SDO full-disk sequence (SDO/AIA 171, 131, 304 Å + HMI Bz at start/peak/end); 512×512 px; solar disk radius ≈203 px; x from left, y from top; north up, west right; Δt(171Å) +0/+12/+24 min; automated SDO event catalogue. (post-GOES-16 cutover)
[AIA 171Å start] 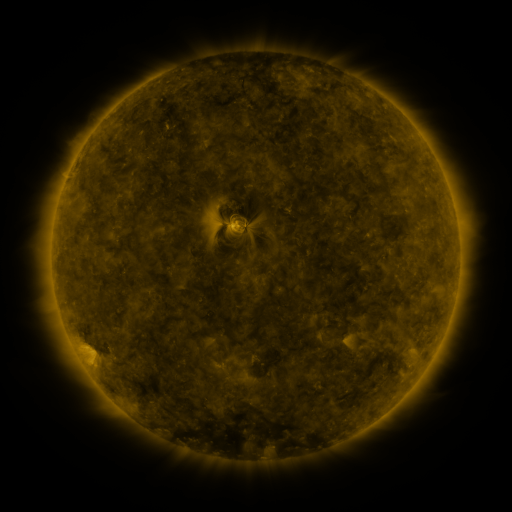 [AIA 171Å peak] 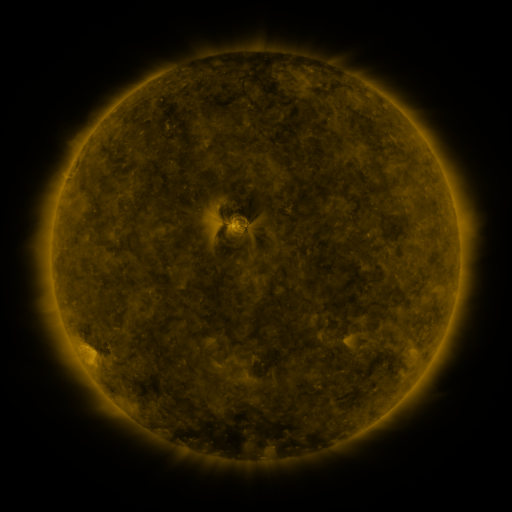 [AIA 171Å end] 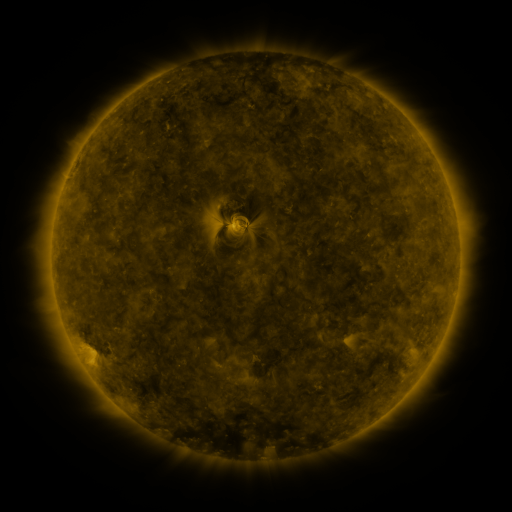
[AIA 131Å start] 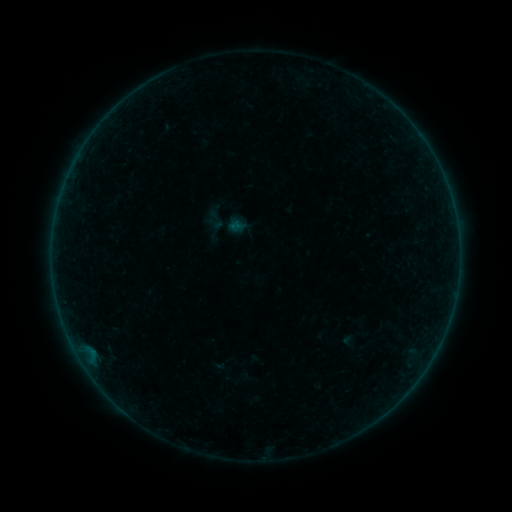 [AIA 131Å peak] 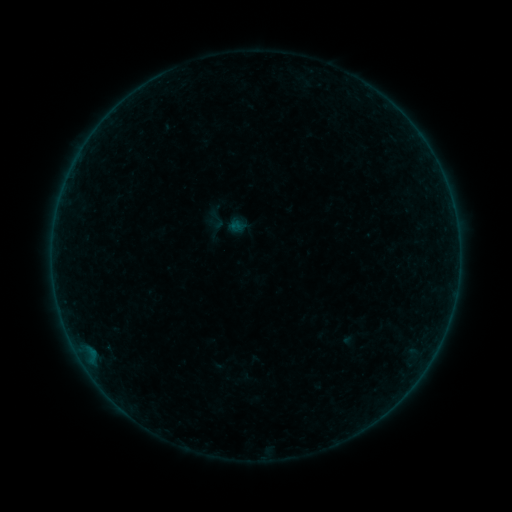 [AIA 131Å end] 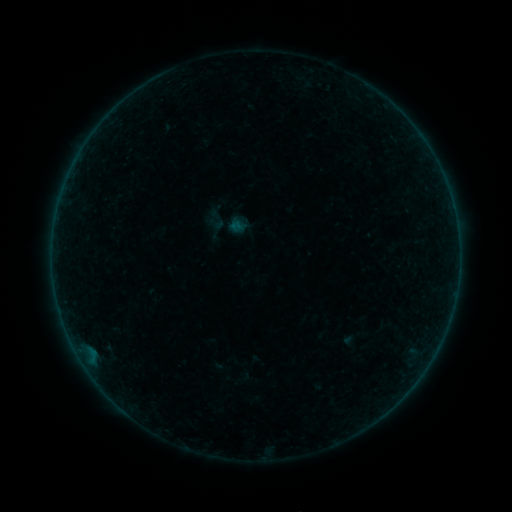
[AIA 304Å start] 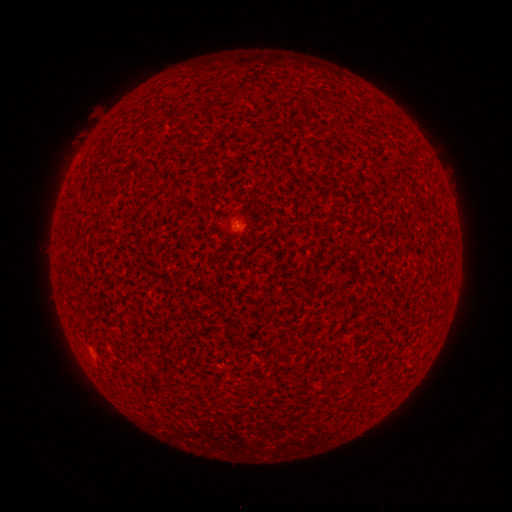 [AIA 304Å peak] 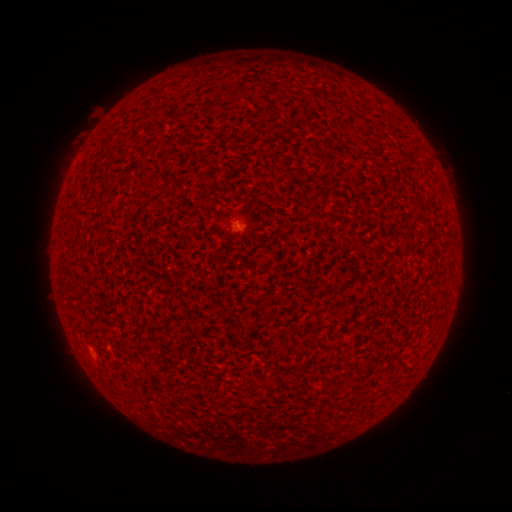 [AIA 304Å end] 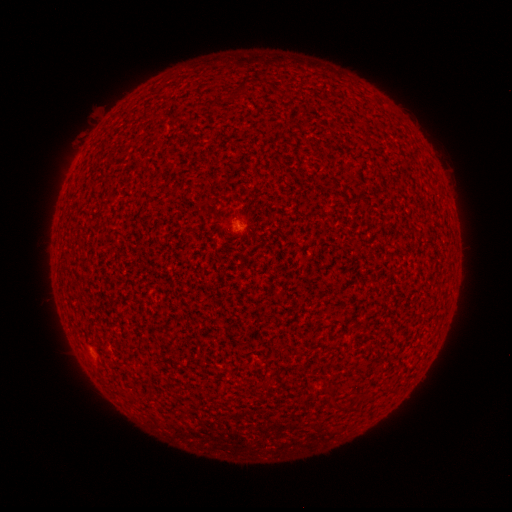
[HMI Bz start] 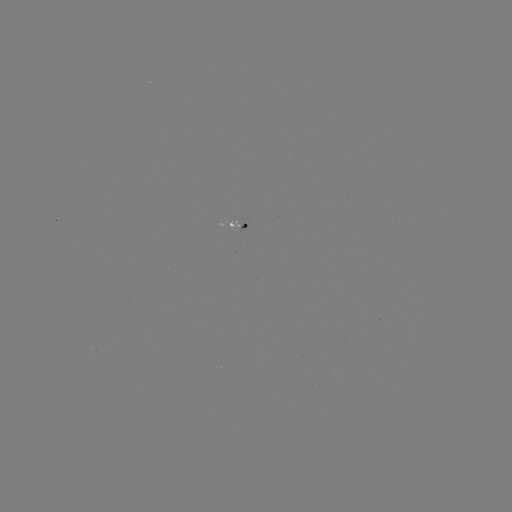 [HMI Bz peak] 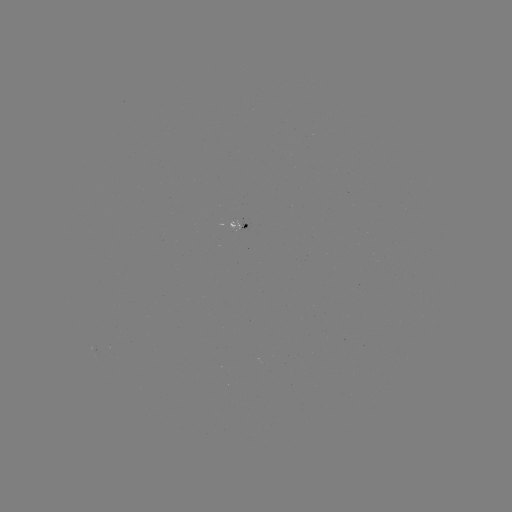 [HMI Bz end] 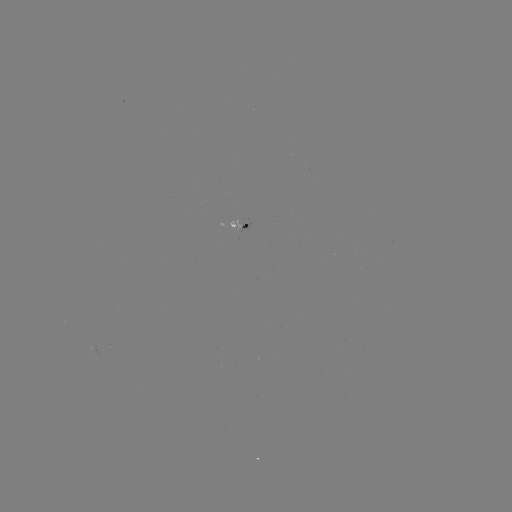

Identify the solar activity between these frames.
nothing was catalogued: no classed flare, no EUV trigger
